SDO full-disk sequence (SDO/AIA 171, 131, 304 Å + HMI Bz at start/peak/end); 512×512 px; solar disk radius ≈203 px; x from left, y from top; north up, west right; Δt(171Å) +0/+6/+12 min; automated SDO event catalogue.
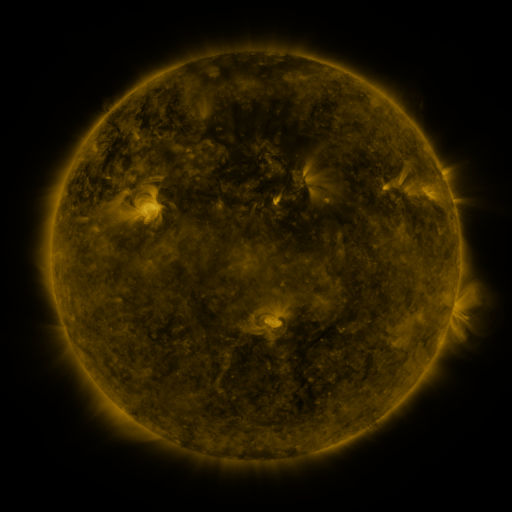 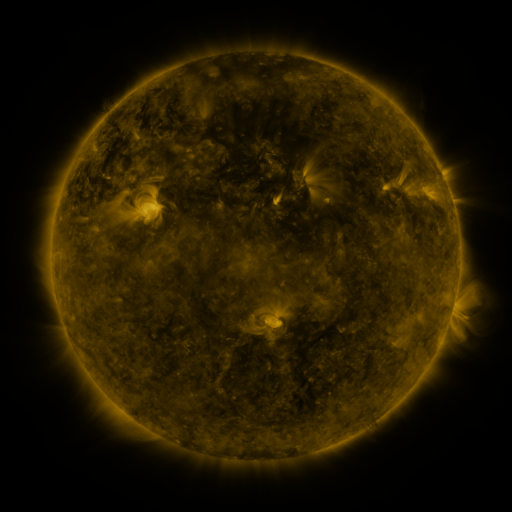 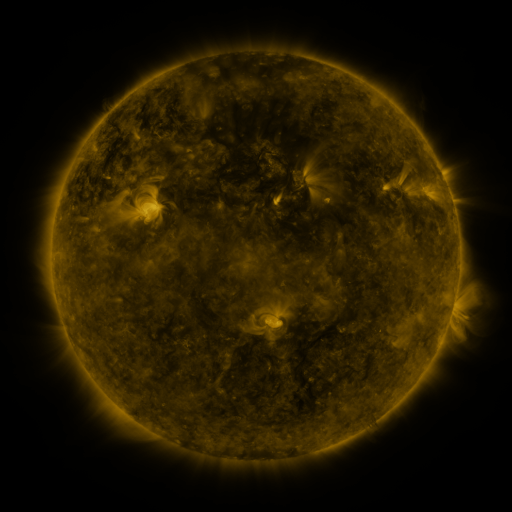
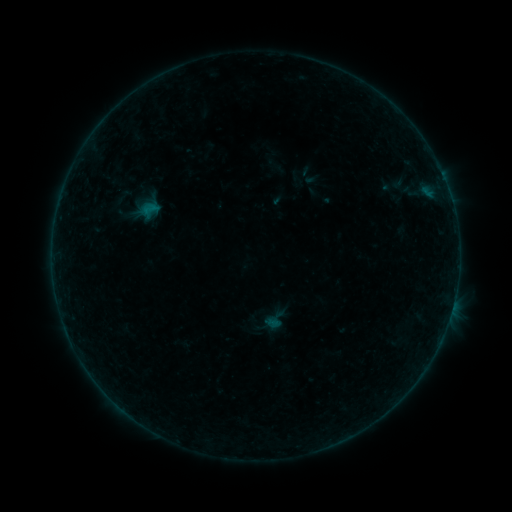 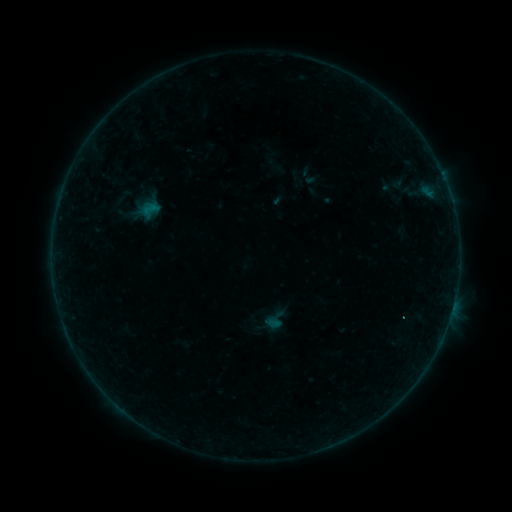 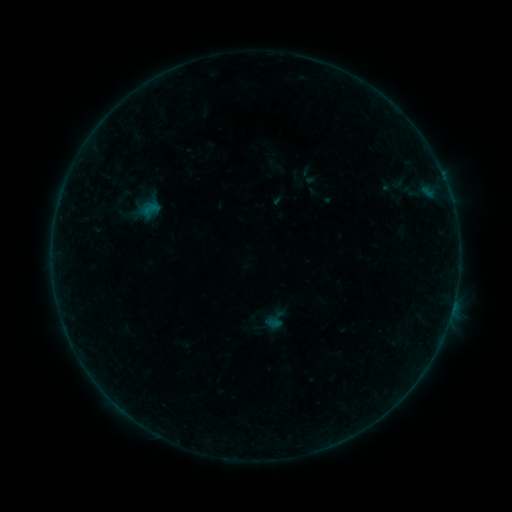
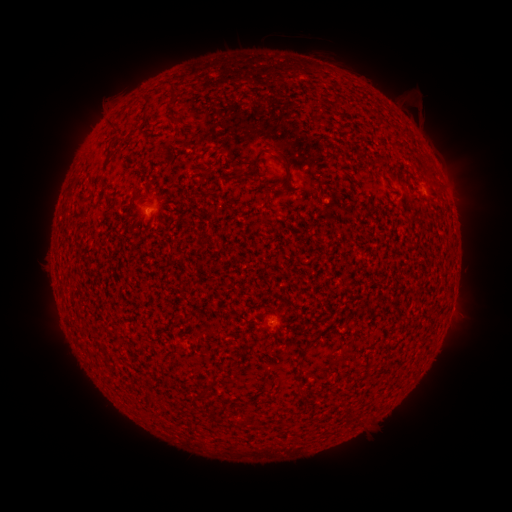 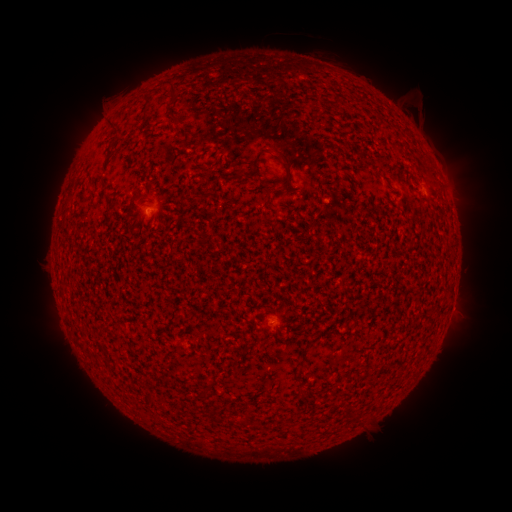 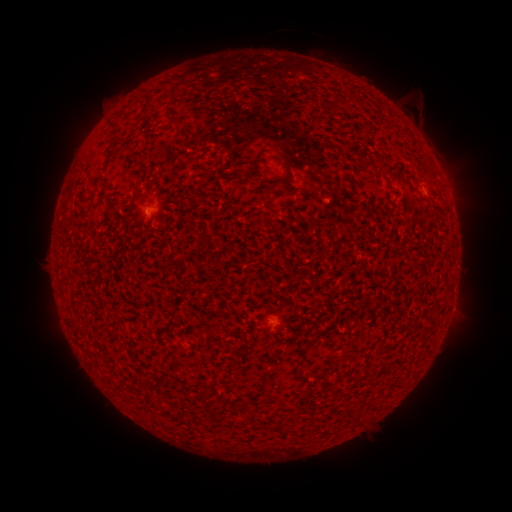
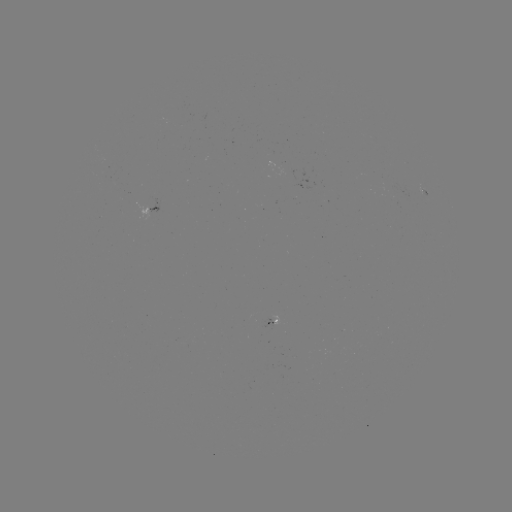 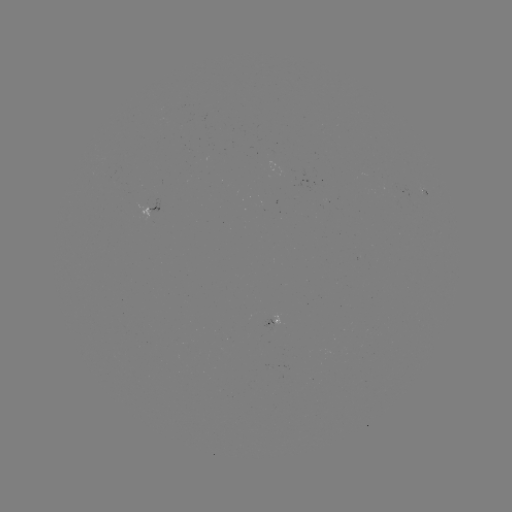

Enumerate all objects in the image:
eruption: (298, 38)
